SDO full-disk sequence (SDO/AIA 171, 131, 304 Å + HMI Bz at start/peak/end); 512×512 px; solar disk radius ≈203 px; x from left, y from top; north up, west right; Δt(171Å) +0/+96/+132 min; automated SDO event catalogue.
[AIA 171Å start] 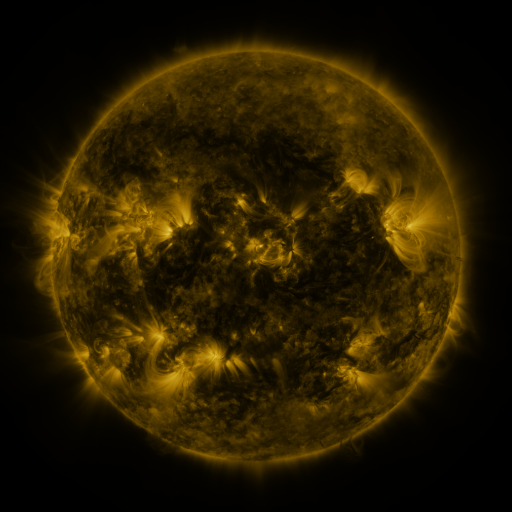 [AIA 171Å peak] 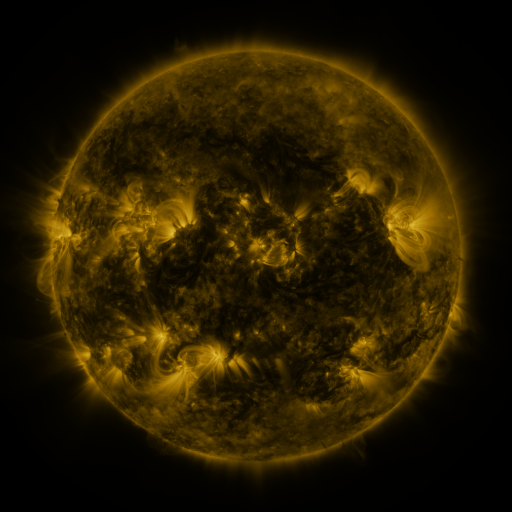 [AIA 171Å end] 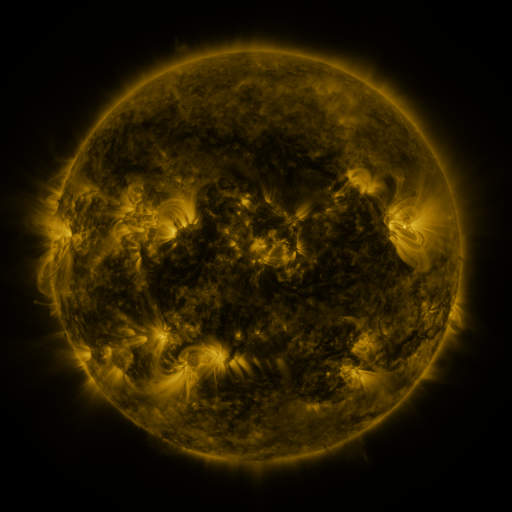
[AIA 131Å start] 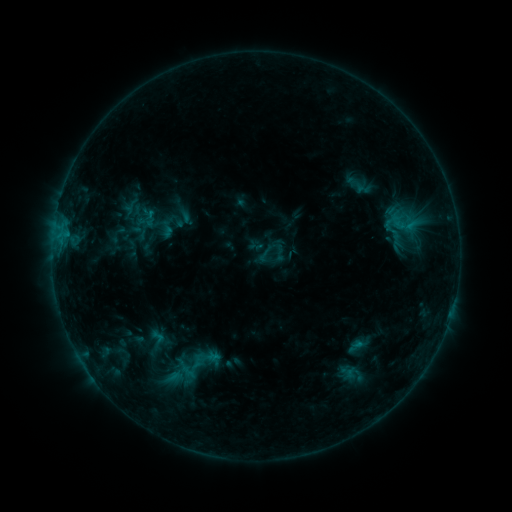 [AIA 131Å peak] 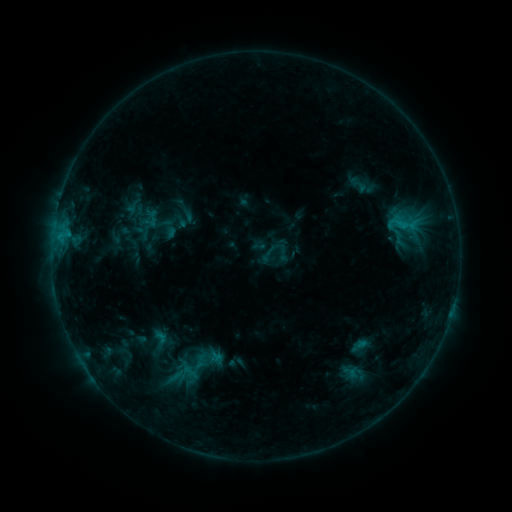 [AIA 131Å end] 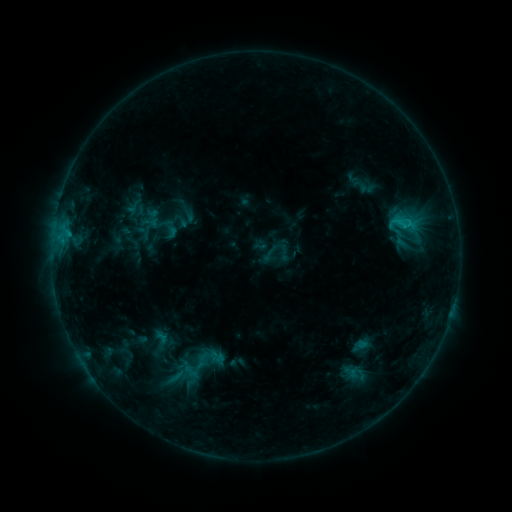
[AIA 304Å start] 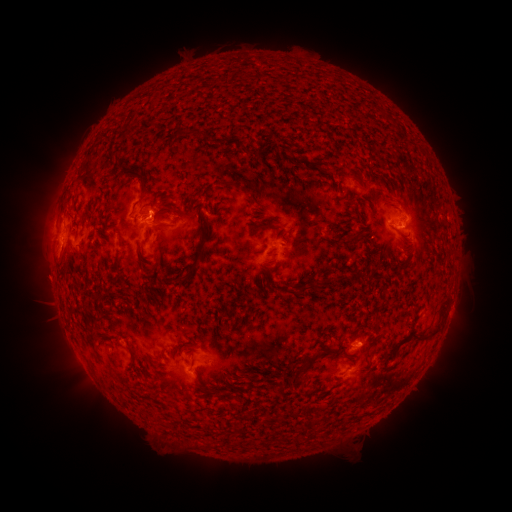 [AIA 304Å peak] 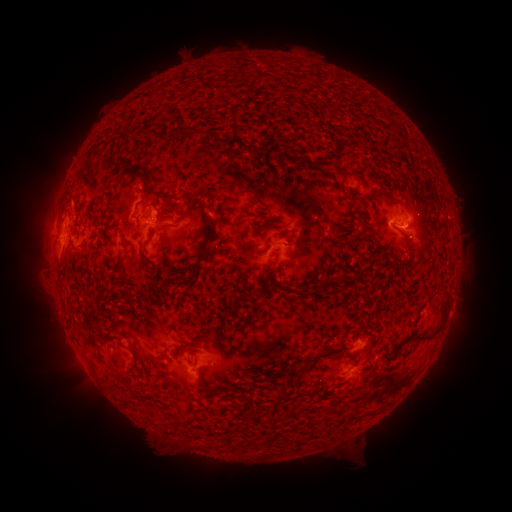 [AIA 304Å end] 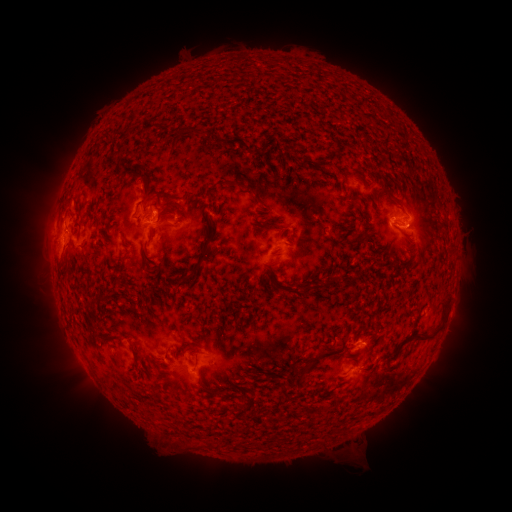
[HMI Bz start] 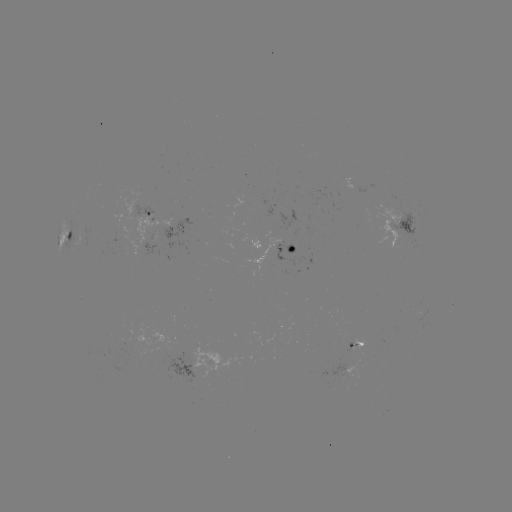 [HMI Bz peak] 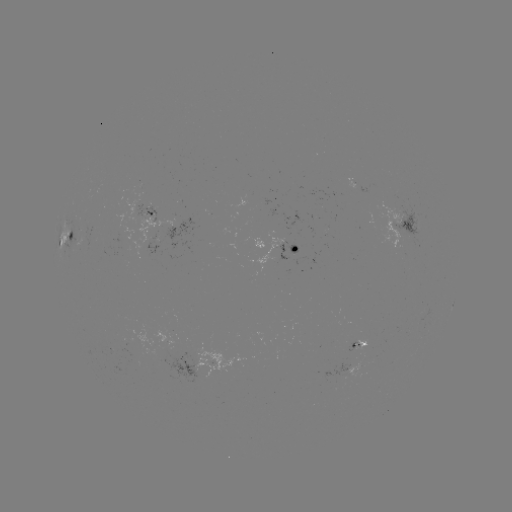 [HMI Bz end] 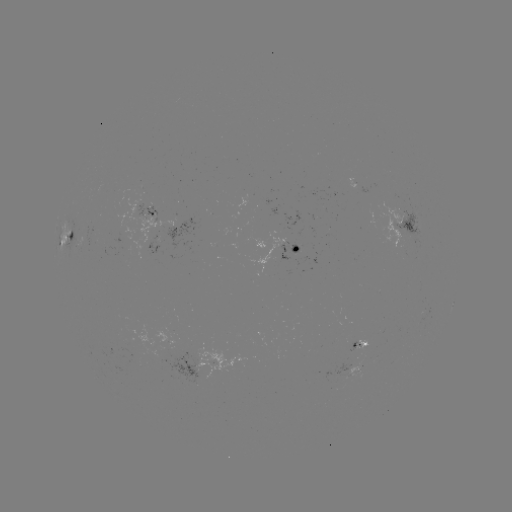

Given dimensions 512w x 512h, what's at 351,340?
emerging-flux region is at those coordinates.